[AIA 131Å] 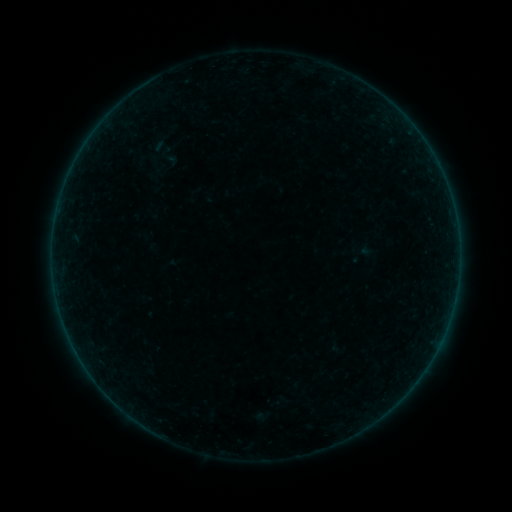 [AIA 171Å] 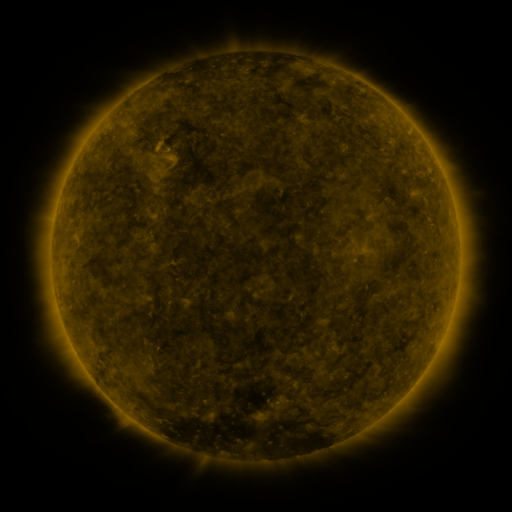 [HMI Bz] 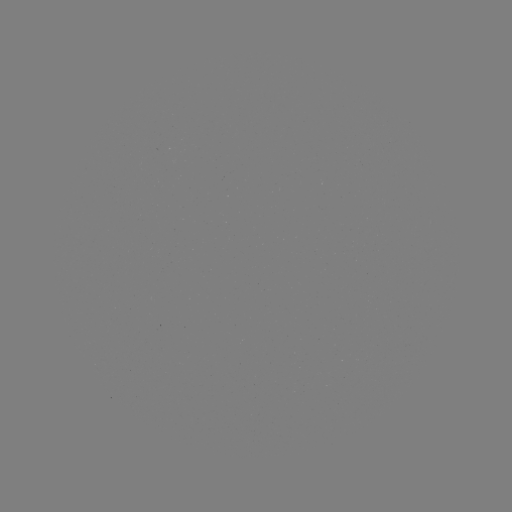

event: sigmoid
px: (162, 146)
